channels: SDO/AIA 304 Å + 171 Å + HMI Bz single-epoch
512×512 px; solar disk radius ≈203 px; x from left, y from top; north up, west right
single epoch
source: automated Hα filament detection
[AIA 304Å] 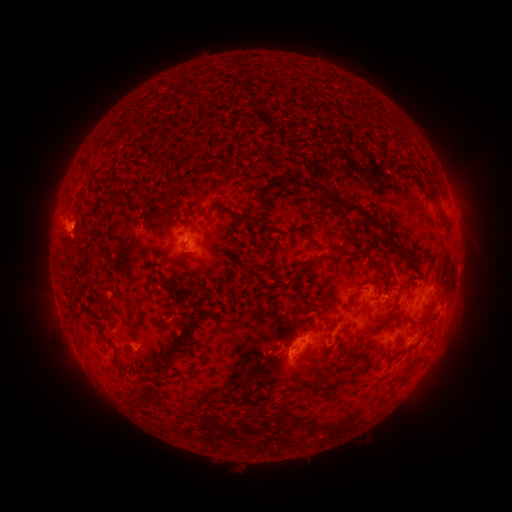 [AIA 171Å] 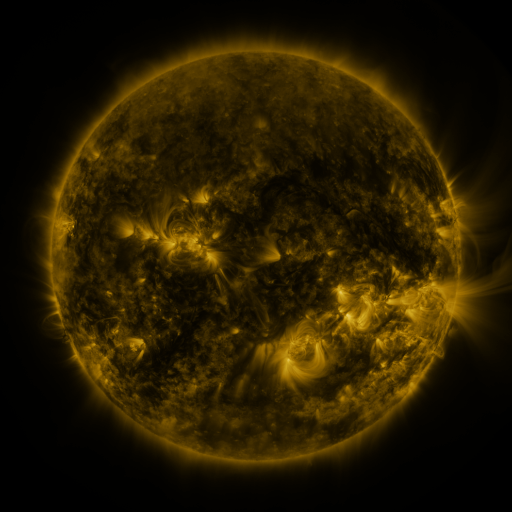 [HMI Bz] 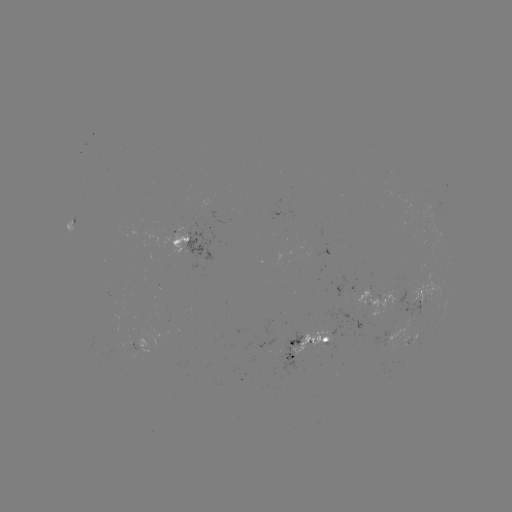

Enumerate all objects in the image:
filament: <bbox>413, 173, 422, 185</bbox>
filament: <bbox>300, 180, 389, 234</bbox>
filament: <bbox>135, 181, 148, 190</bbox>
filament: <bbox>425, 185, 445, 219</bbox>
filament: <bbox>251, 191, 261, 201</bbox>
filament: <bbox>211, 201, 254, 230</bbox>
filament: <bbox>97, 202, 113, 218</bbox>
filament: <bbox>149, 208, 163, 218</bbox>
filament: <bbox>300, 230, 314, 251</bbox>
filament: <bbox>390, 244, 400, 253</bbox>
filament: <bbox>297, 258, 311, 271</bbox>
filament: <bbox>159, 280, 195, 300</bbox>
filament: <bbox>274, 280, 289, 287</bbox>
filament: <bbox>373, 280, 379, 291</bbox>
filament: <bbox>418, 299, 433, 323</bbox>
filament: <bbox>368, 310, 397, 335</bbox>
filament: <bbox>309, 352, 319, 359</bbox>
filament: <bbox>167, 355, 178, 372</bbox>
filament: <bbox>351, 365, 368, 377</bbox>
filament: <bbox>315, 375, 326, 387</bbox>
filament: <bbox>140, 394, 153, 407</bbox>
